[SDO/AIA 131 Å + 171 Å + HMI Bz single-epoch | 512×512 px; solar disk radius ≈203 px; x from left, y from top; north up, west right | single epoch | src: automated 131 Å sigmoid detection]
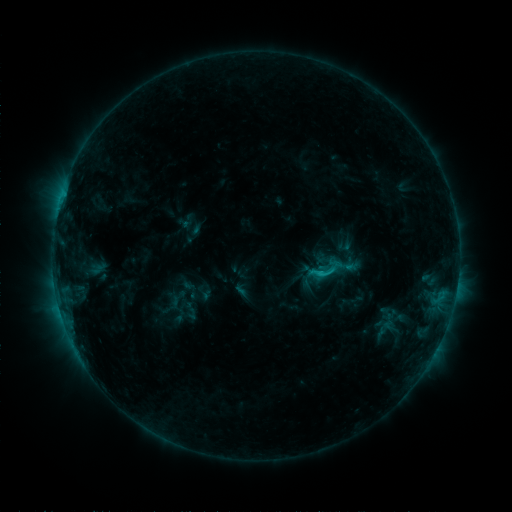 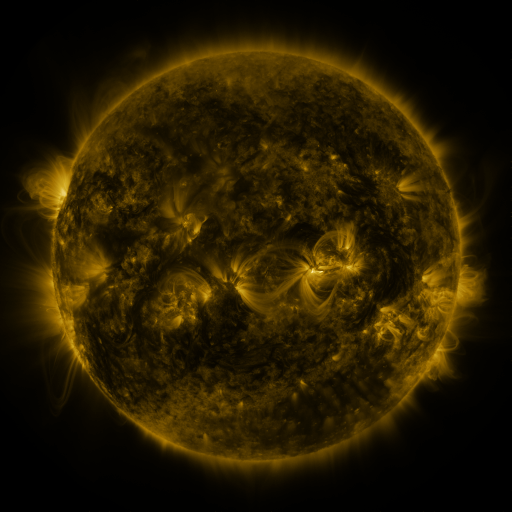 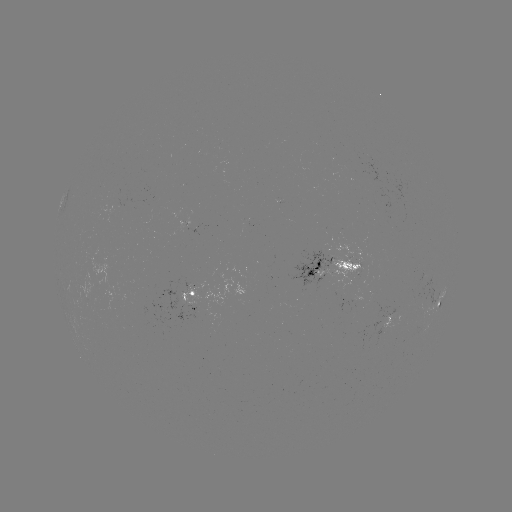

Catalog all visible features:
sigmoid: (328, 271)
